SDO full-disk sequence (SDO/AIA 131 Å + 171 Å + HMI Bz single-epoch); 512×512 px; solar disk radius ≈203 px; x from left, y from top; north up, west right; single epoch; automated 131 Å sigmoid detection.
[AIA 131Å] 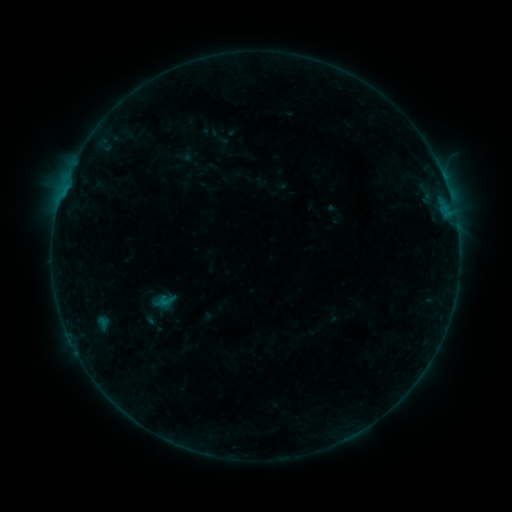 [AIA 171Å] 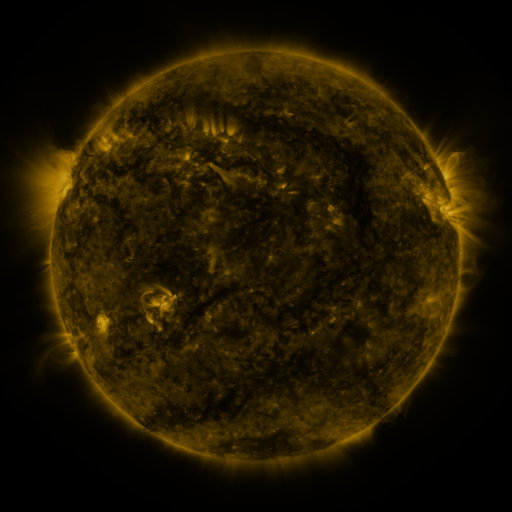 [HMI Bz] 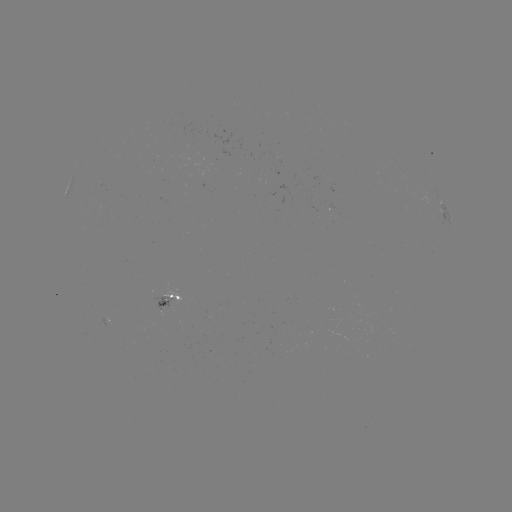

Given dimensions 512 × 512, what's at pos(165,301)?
sigmoid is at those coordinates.